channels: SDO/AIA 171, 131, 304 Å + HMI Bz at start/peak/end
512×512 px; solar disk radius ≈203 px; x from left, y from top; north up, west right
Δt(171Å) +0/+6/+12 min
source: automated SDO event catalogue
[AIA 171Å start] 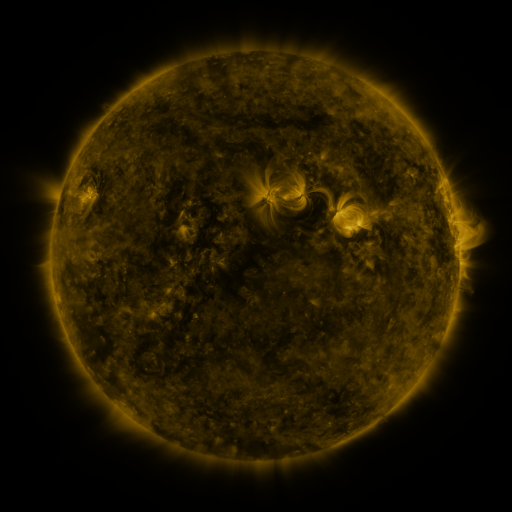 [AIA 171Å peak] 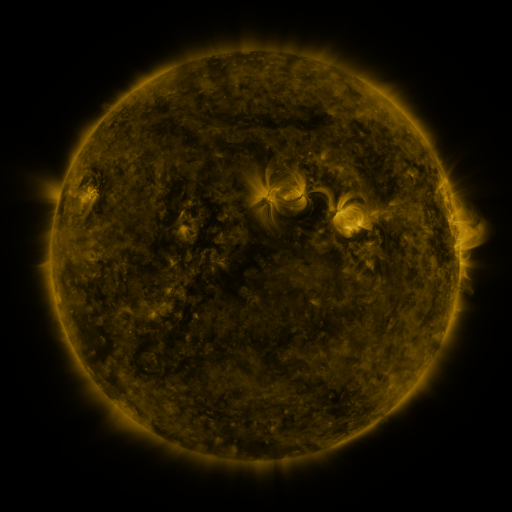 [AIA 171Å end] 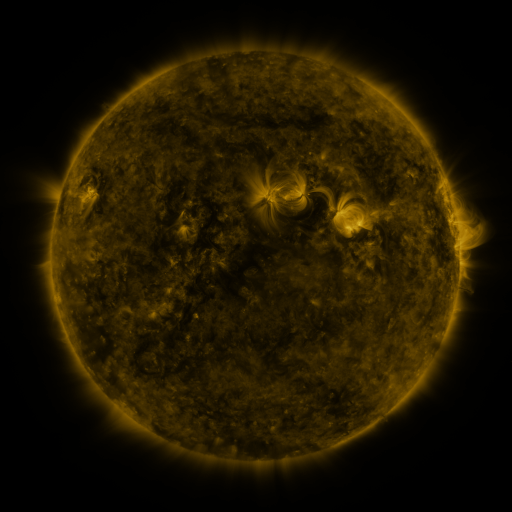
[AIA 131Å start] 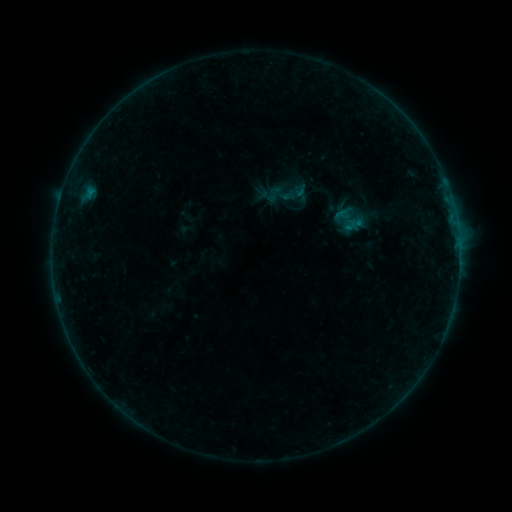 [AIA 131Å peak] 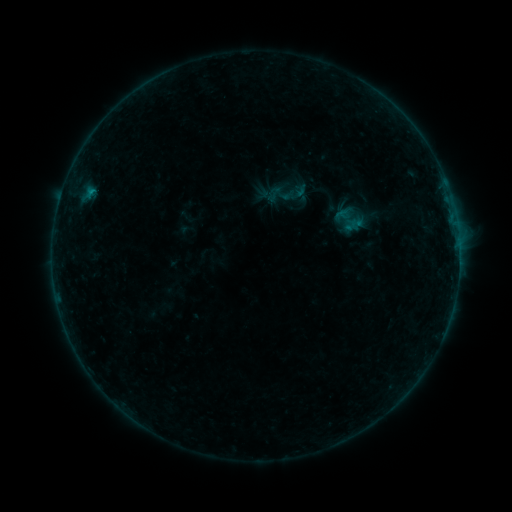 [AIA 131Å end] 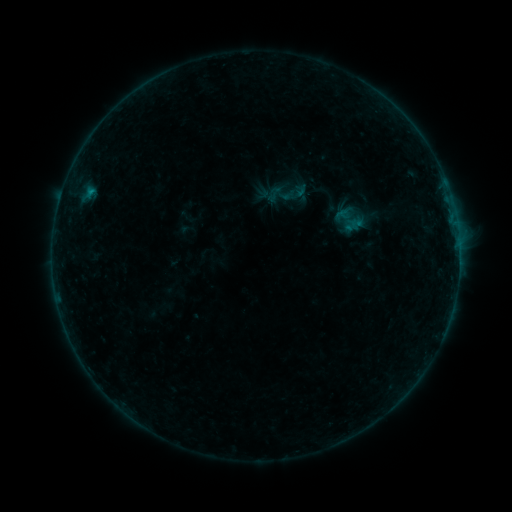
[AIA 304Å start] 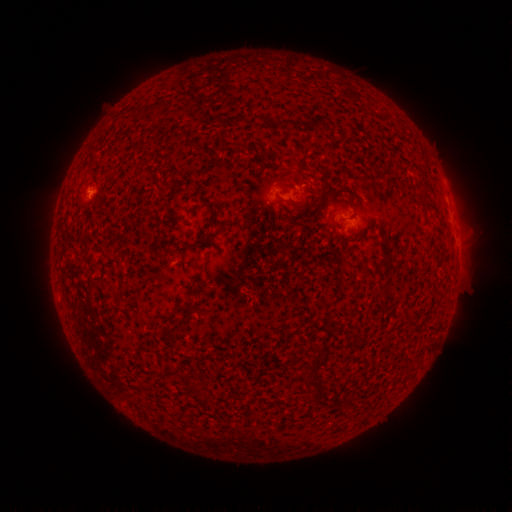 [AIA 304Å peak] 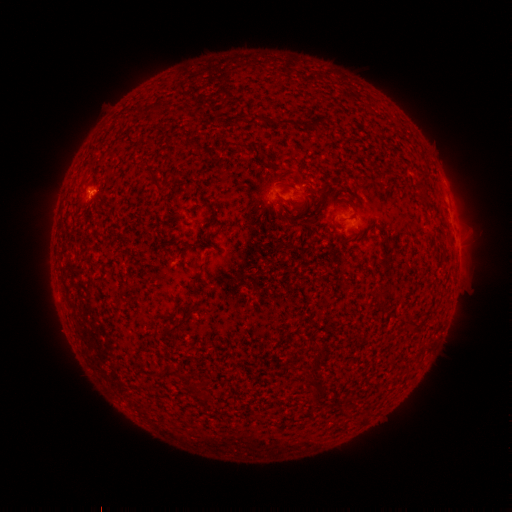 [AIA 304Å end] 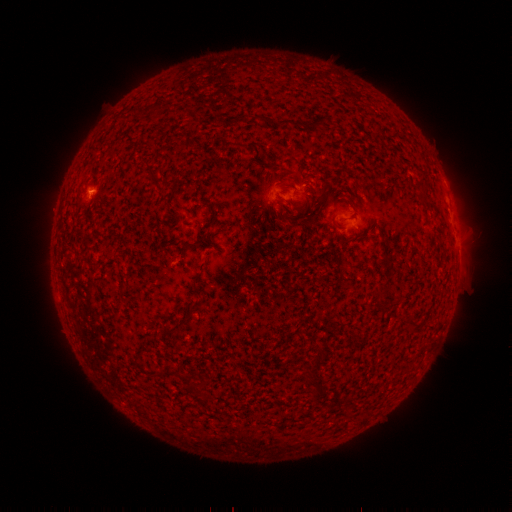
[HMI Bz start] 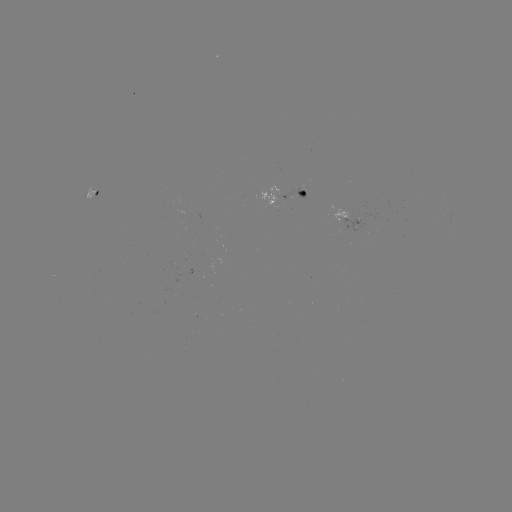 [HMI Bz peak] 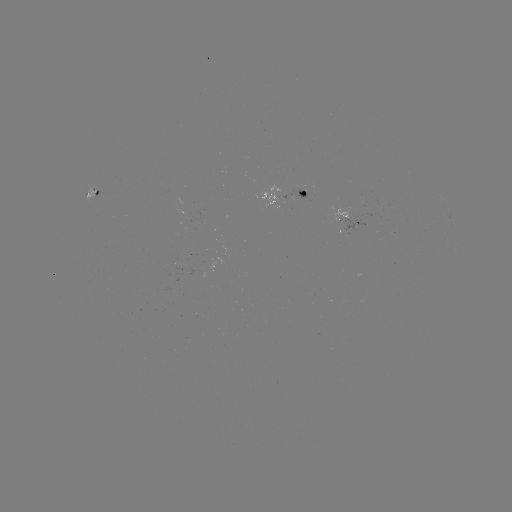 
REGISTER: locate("B3.0 flare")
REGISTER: [92, 192]